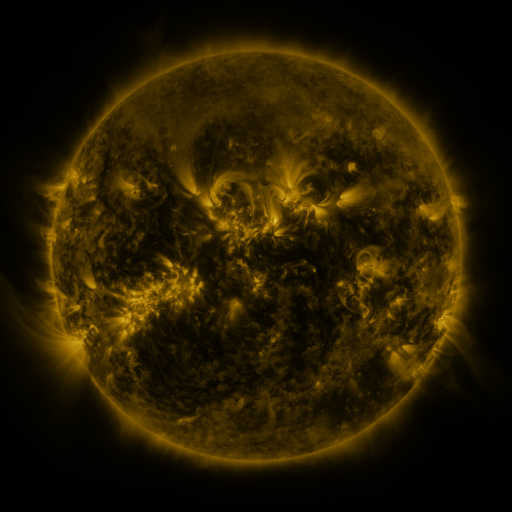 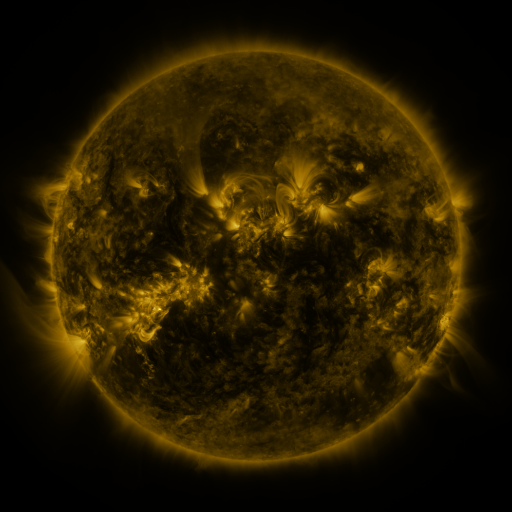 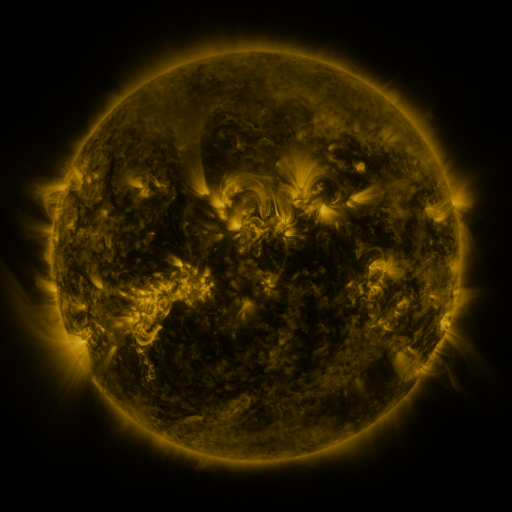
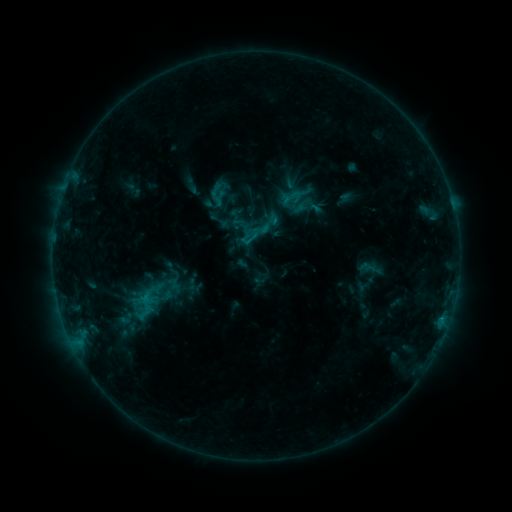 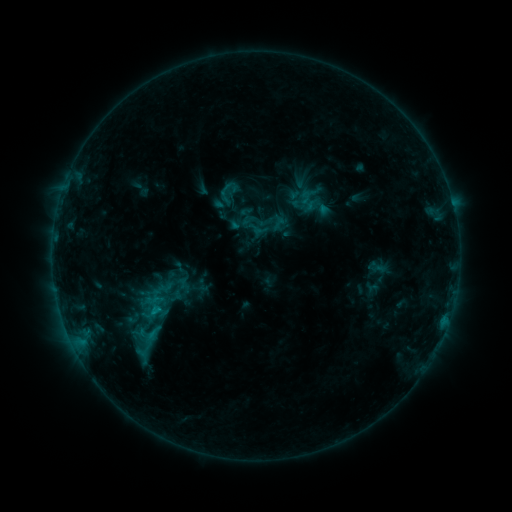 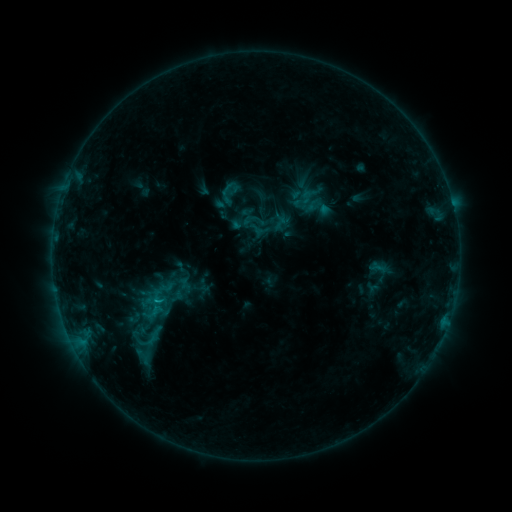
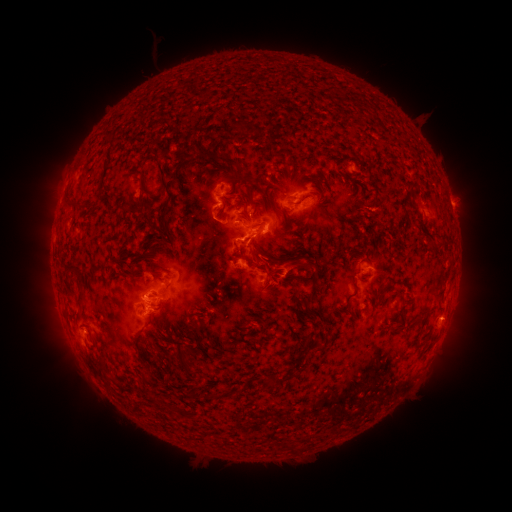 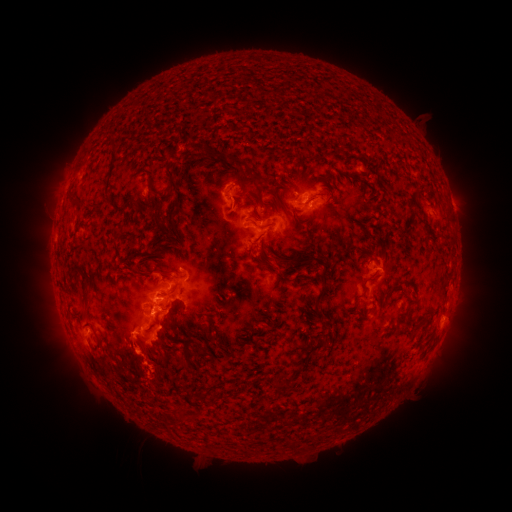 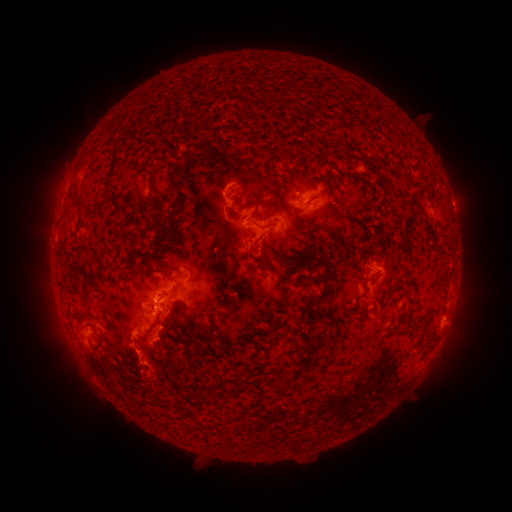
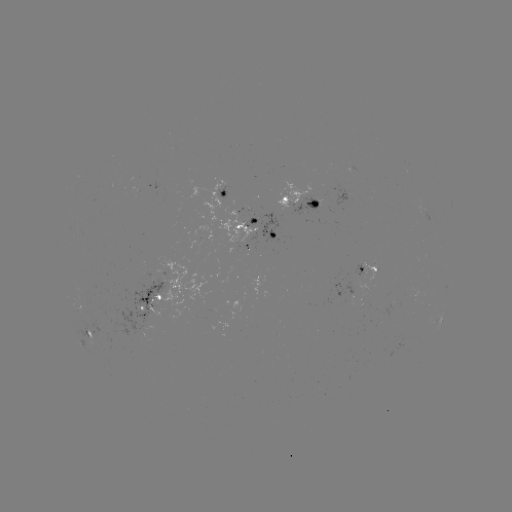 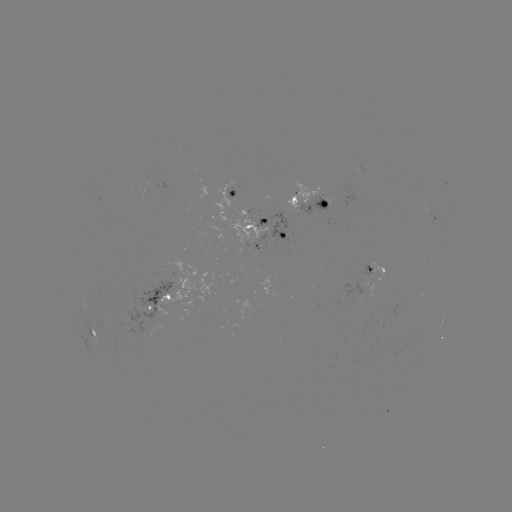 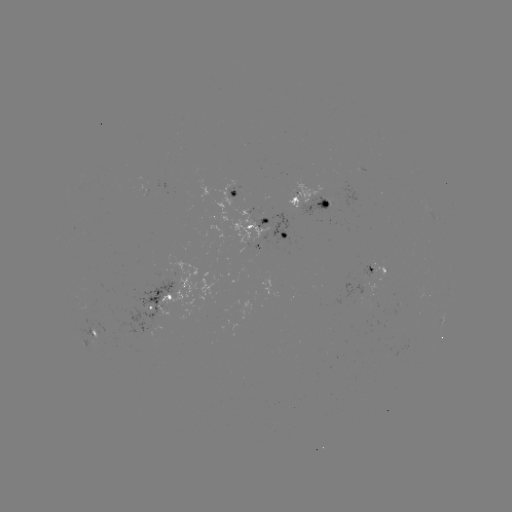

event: emerging-flux region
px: (365, 273)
